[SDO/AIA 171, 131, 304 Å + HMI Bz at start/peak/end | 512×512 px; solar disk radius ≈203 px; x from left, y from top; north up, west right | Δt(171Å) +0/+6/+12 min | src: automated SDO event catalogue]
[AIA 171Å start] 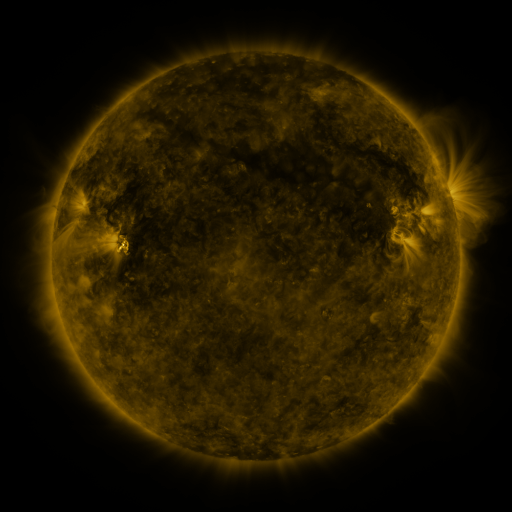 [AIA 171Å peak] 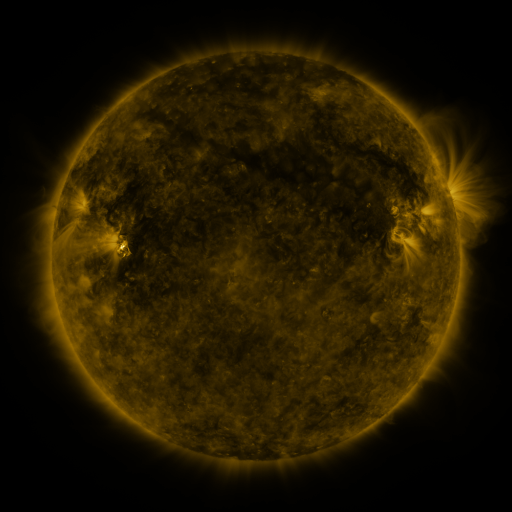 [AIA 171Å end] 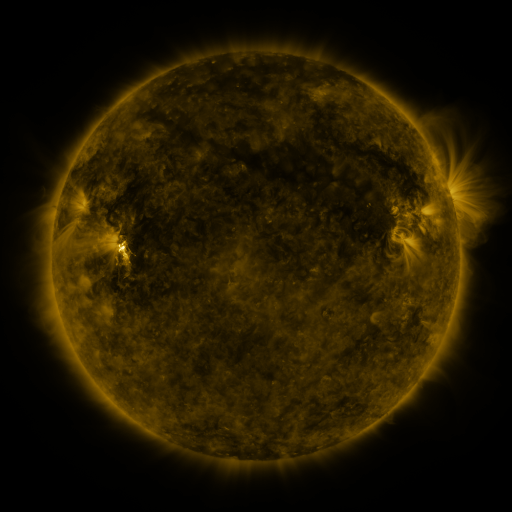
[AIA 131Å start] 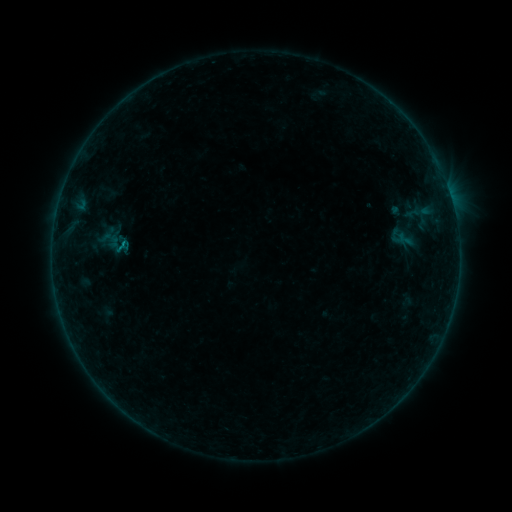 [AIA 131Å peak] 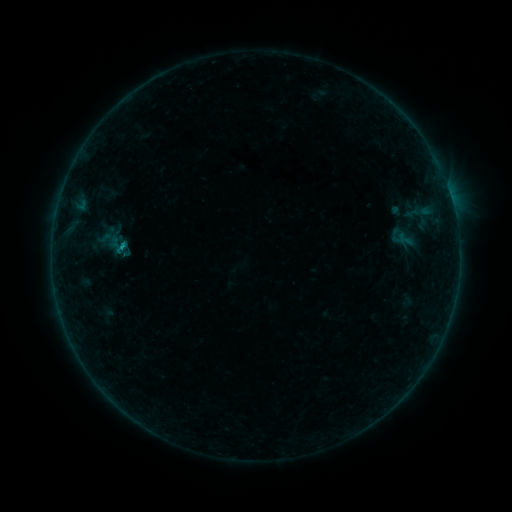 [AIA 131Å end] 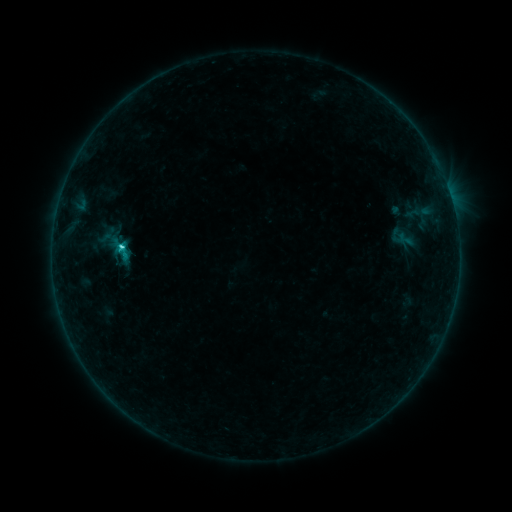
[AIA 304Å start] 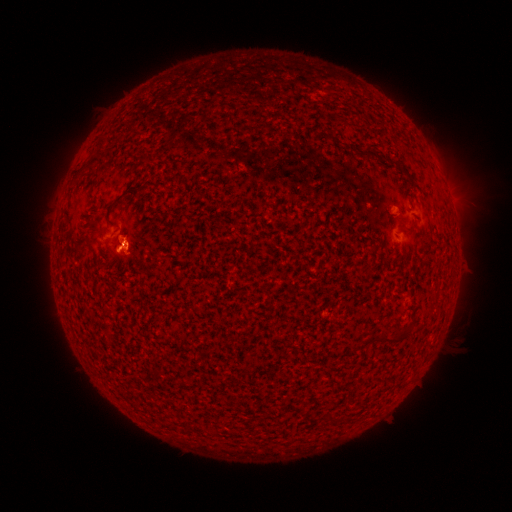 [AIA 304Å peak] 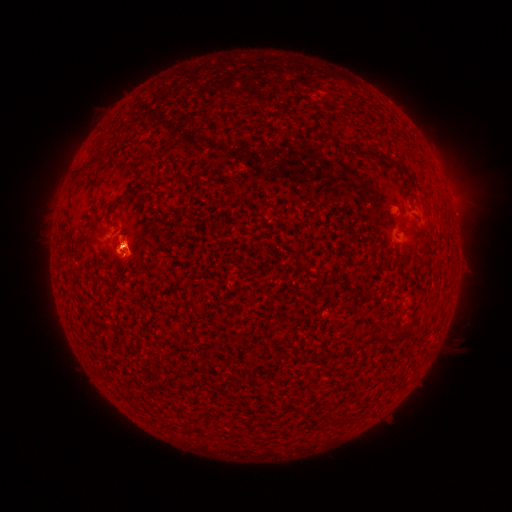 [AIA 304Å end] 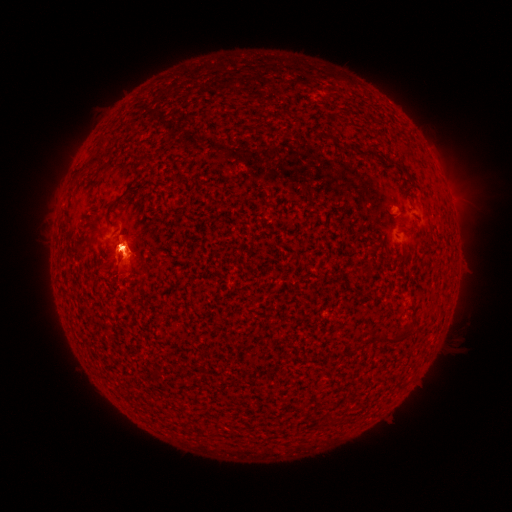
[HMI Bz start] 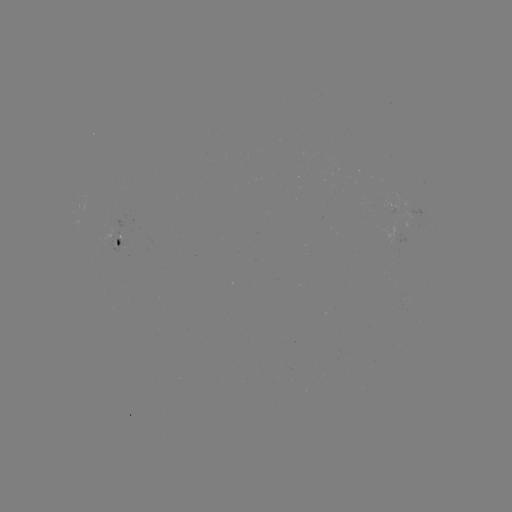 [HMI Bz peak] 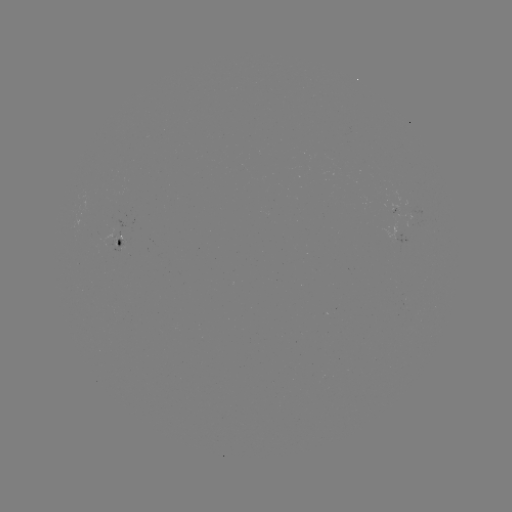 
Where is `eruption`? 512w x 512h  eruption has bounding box [83, 210, 157, 291].